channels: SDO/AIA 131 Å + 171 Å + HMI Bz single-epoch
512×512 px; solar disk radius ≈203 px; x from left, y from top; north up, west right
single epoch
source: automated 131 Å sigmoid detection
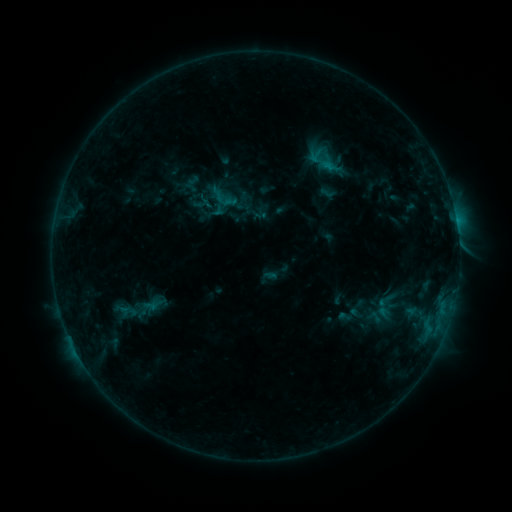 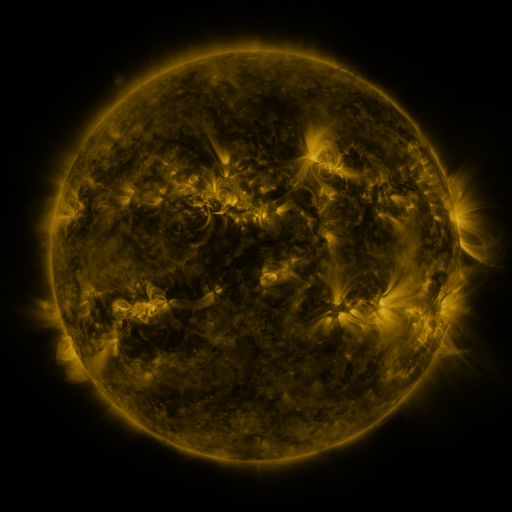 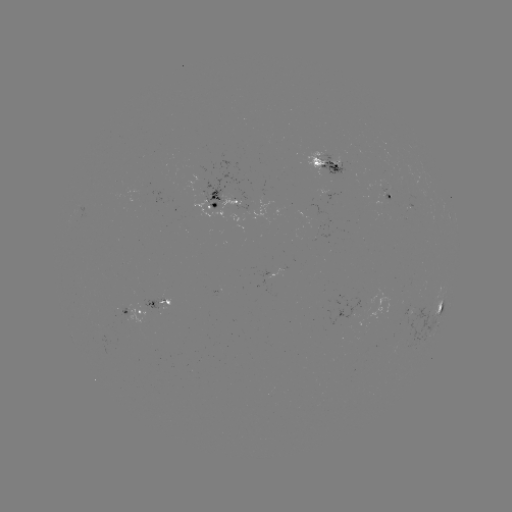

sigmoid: (376, 291, 393, 310)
